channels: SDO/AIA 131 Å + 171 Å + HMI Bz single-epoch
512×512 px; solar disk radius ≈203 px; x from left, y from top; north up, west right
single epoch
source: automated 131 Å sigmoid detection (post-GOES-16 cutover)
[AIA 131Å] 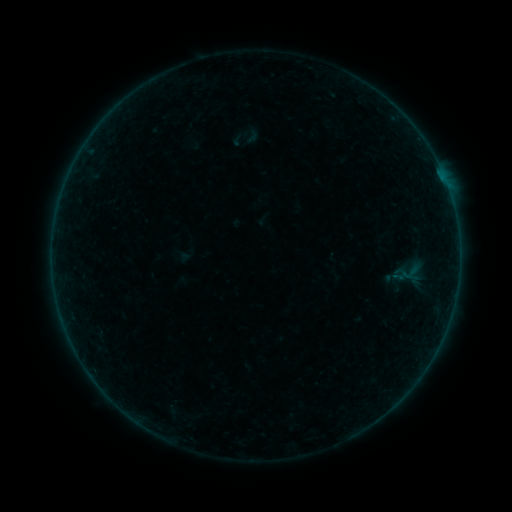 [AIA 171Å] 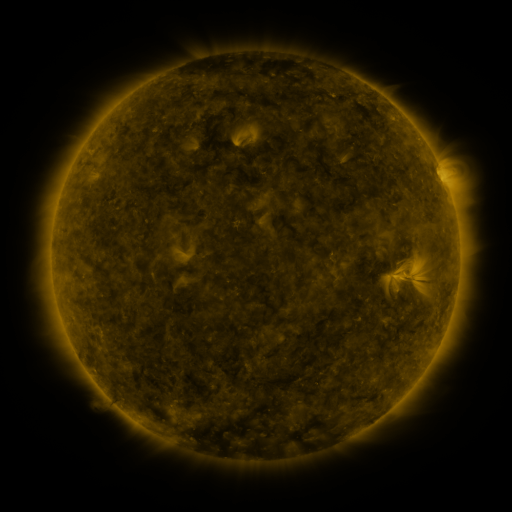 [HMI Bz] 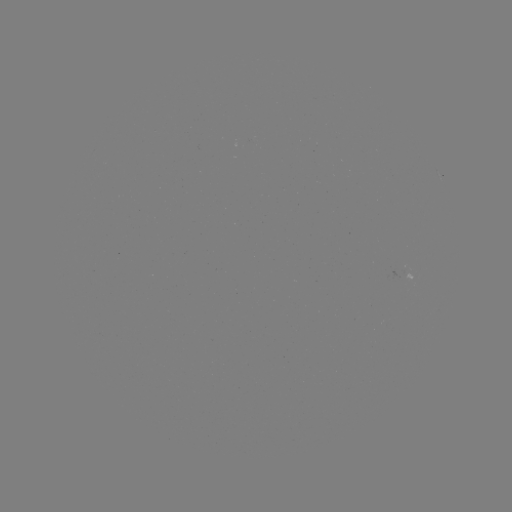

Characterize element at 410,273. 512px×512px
sigmoid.